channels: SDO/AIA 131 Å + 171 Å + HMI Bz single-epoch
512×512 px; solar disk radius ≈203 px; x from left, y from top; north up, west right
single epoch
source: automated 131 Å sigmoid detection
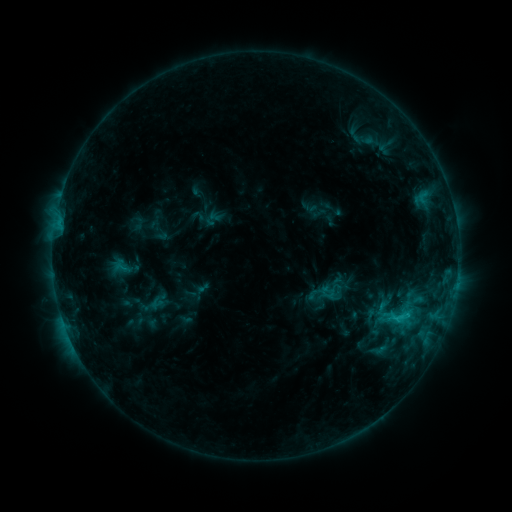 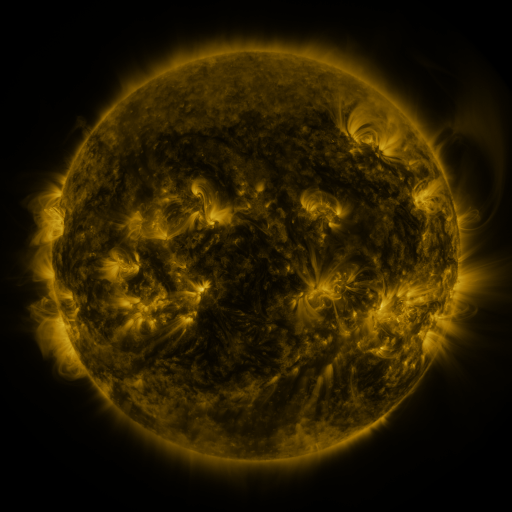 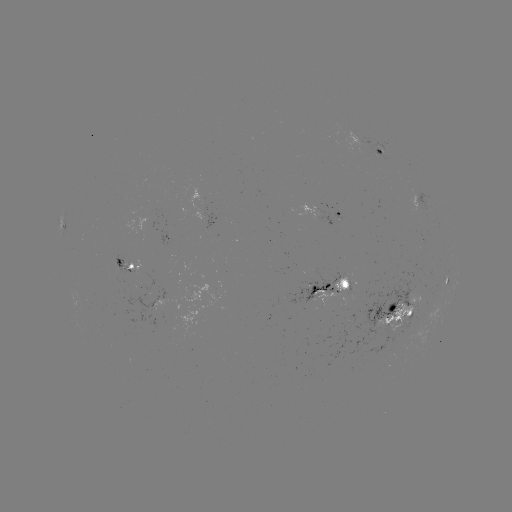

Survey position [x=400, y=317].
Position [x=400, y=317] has sigmoid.